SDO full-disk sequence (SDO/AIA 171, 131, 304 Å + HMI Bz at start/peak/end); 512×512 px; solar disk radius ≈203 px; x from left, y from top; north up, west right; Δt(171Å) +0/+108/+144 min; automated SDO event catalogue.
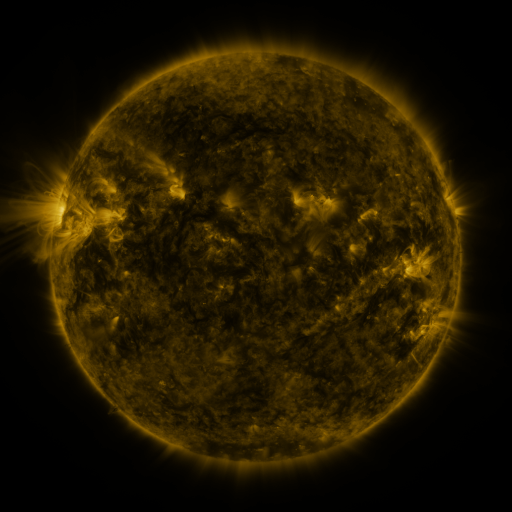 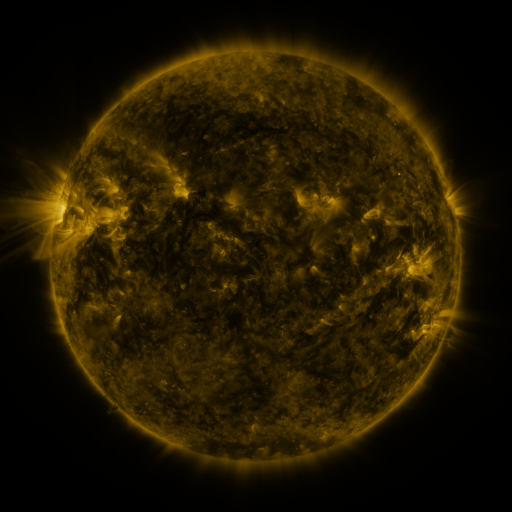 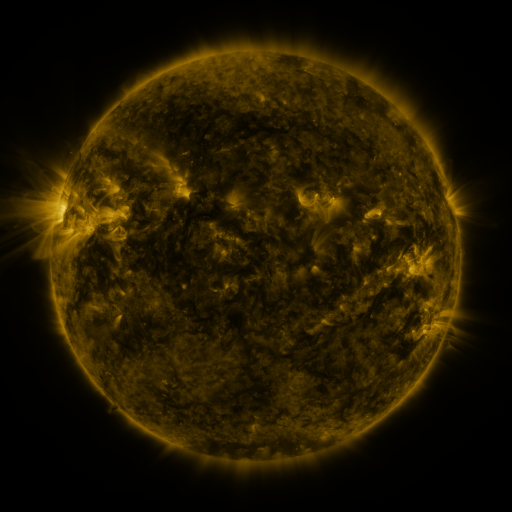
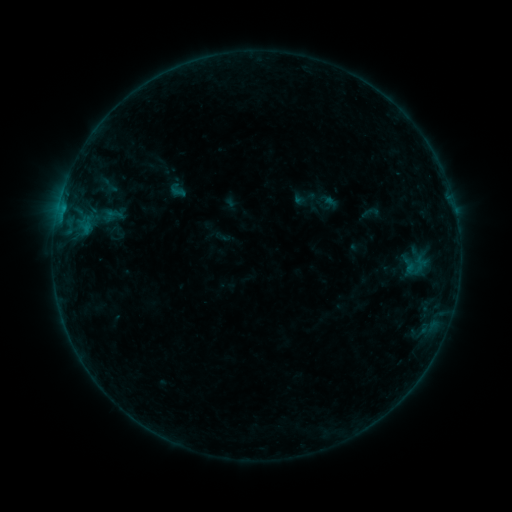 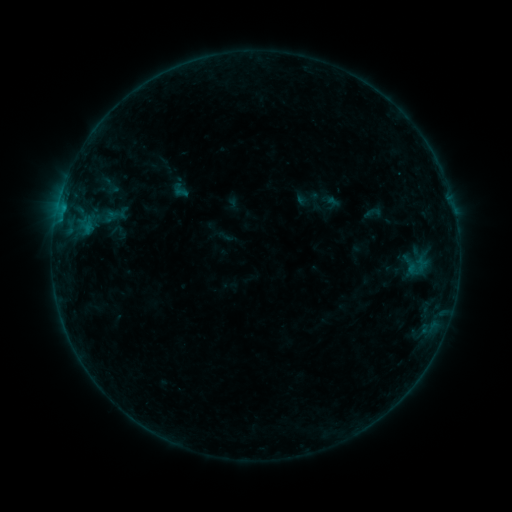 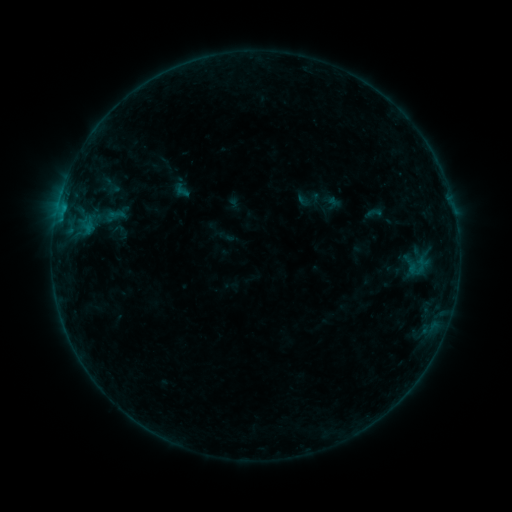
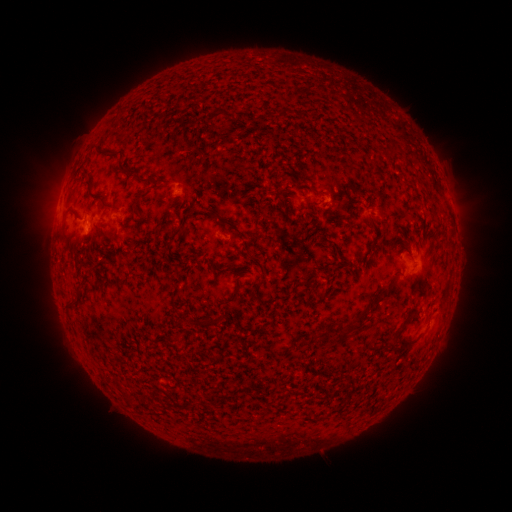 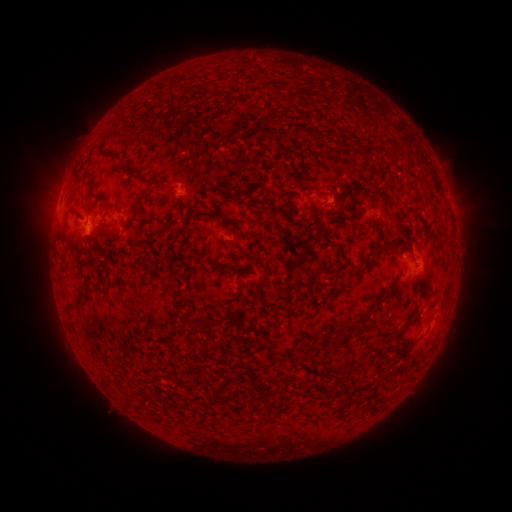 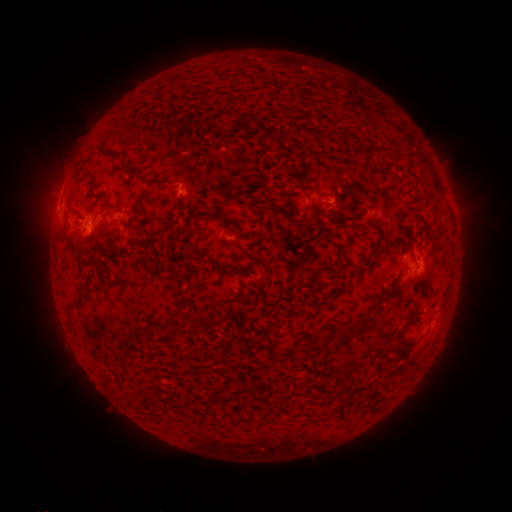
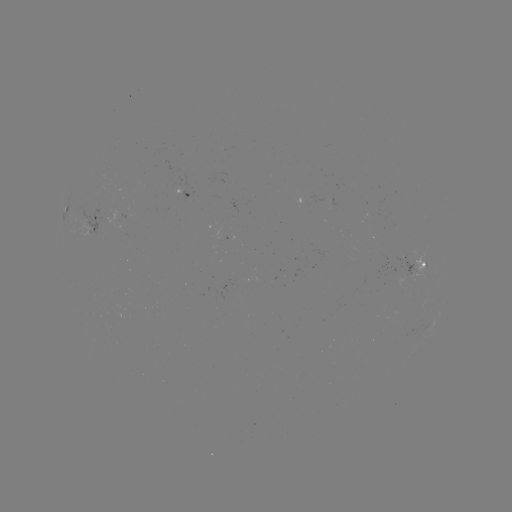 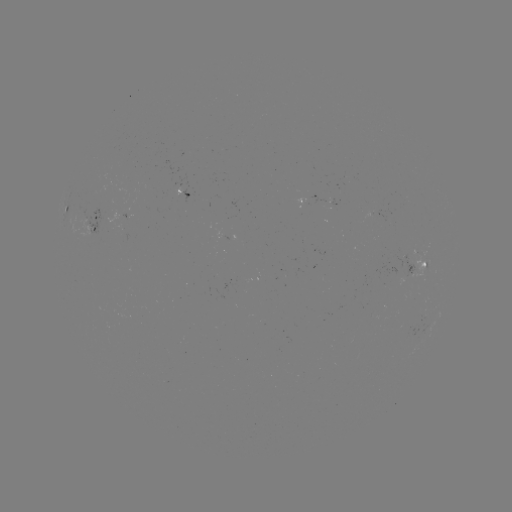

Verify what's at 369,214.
emerging-flux region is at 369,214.